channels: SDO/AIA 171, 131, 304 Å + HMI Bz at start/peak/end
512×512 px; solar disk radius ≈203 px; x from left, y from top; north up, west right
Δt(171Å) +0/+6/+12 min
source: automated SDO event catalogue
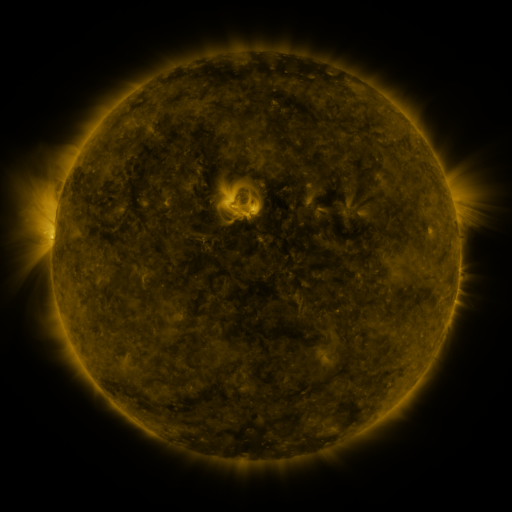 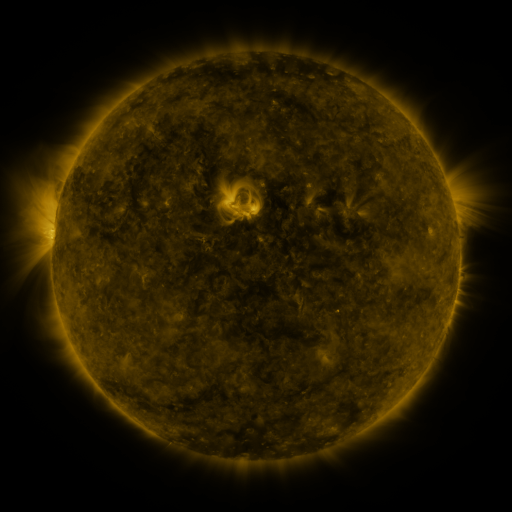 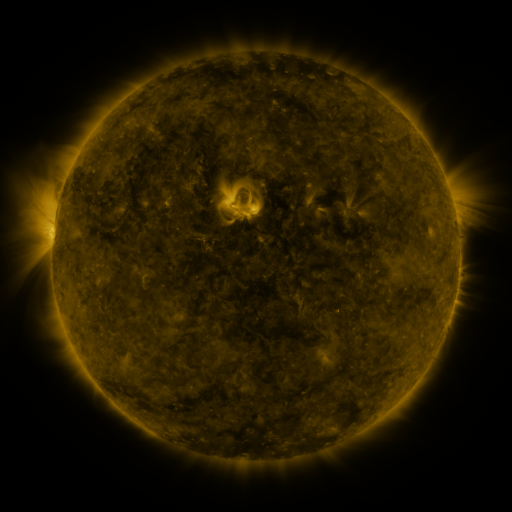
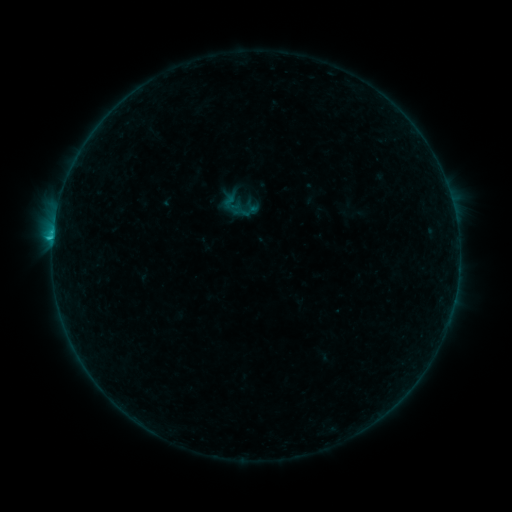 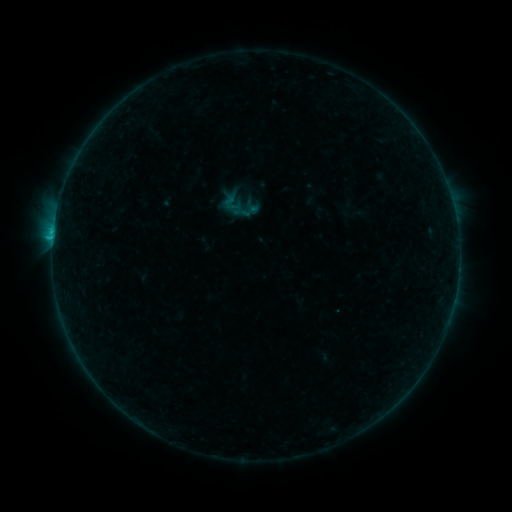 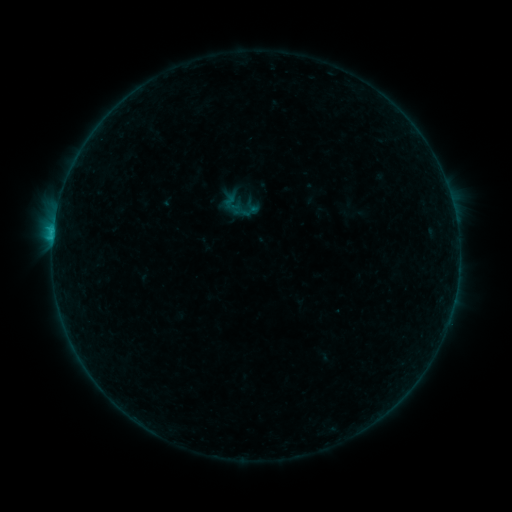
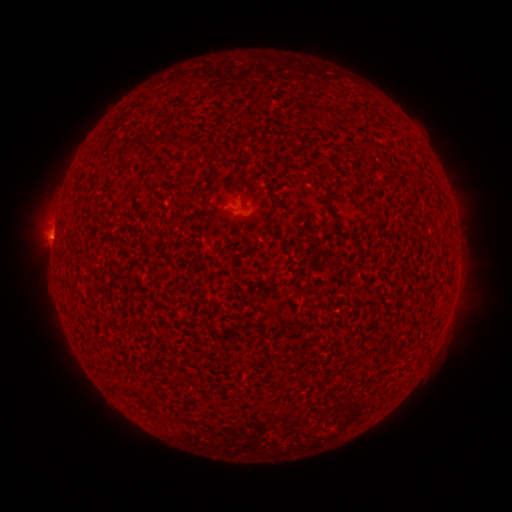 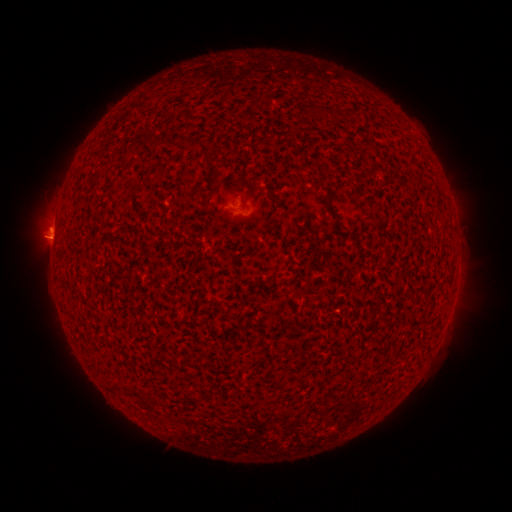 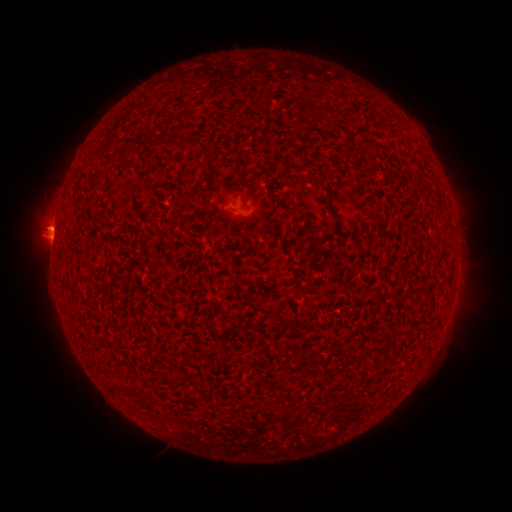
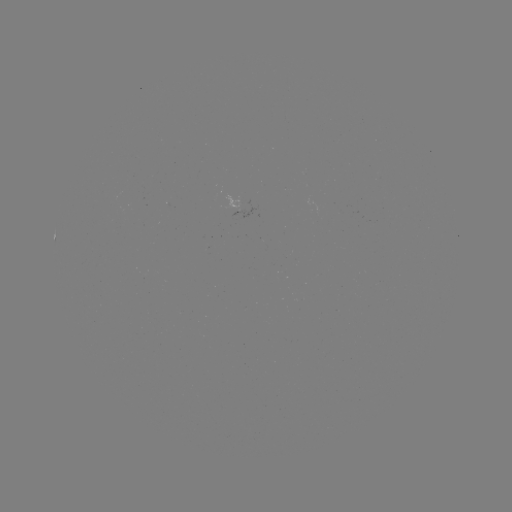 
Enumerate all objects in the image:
eruption: (50, 223)
